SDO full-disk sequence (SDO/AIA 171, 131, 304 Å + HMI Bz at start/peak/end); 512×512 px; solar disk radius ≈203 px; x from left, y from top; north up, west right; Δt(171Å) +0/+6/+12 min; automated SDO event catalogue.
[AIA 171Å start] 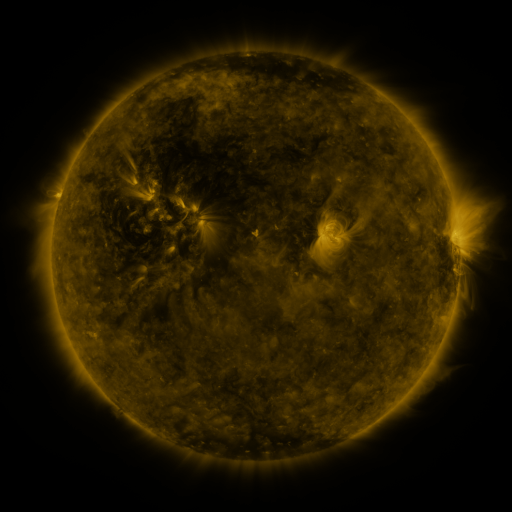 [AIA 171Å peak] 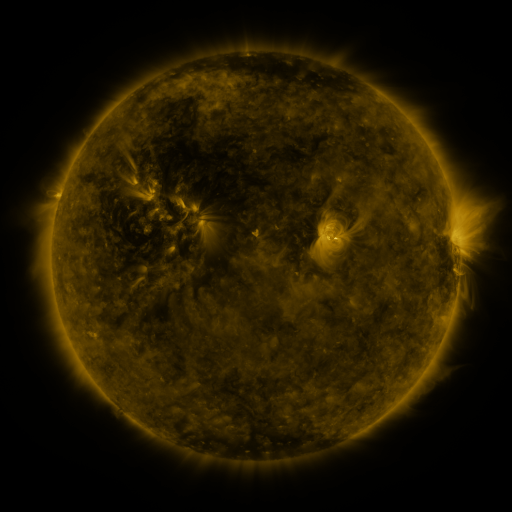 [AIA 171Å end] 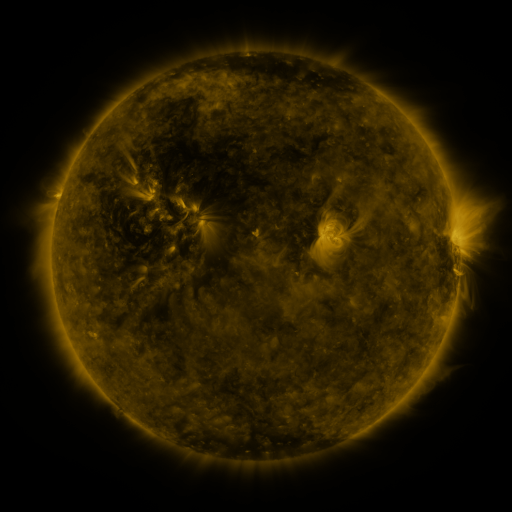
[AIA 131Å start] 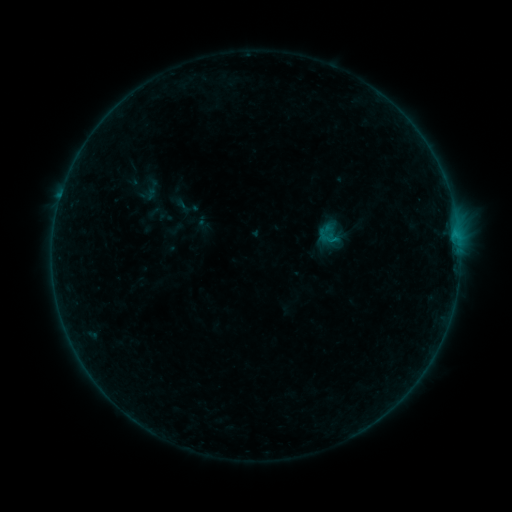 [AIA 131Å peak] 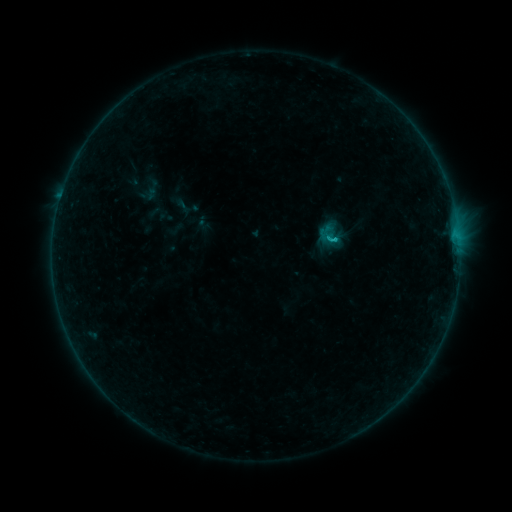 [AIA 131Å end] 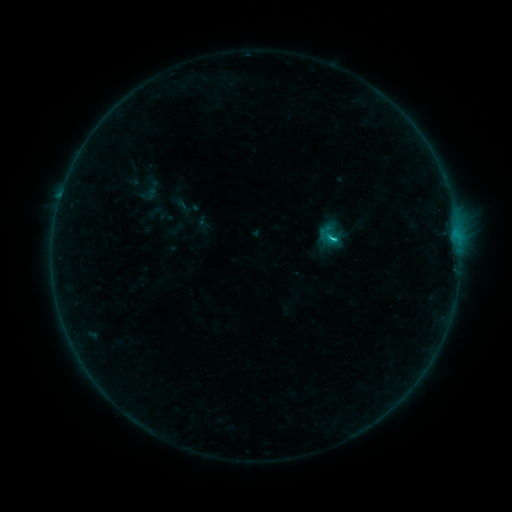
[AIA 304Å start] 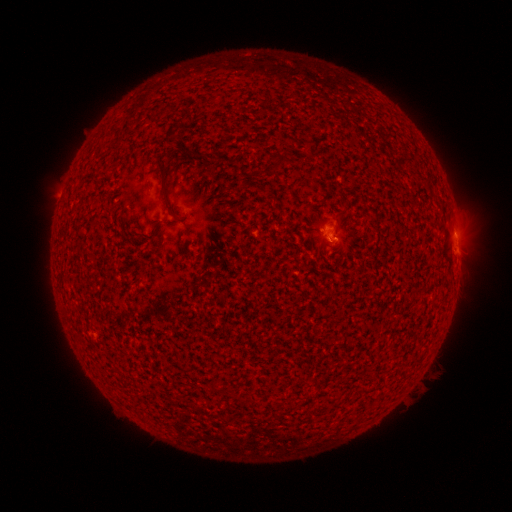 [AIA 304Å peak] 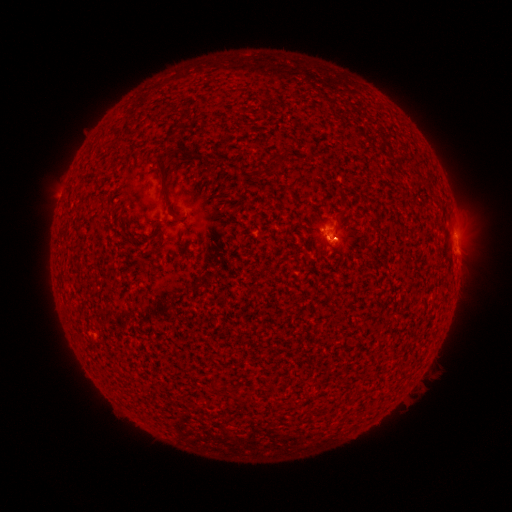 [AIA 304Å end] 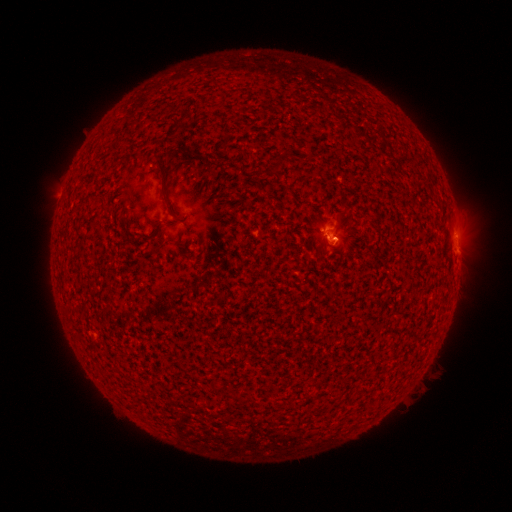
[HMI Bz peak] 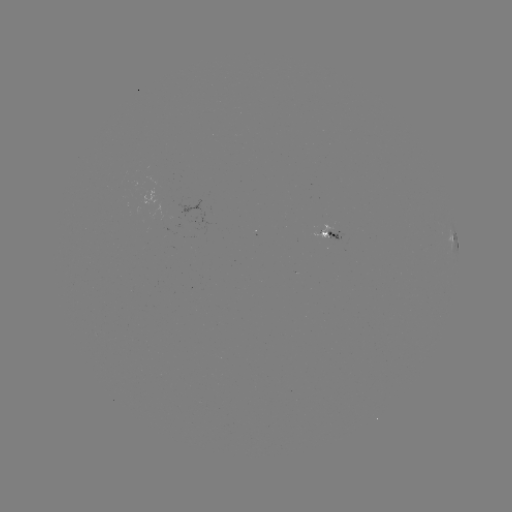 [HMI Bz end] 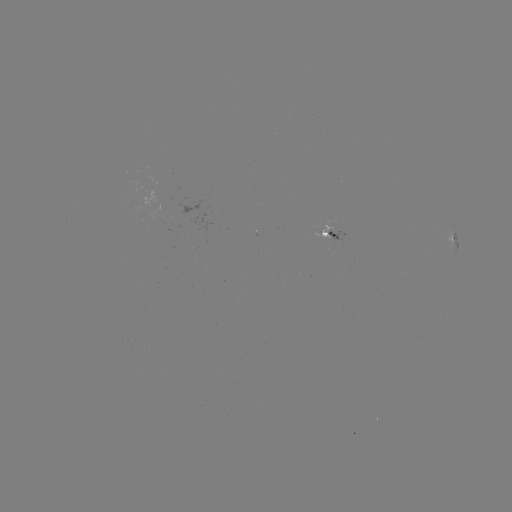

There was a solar eruption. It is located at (335, 241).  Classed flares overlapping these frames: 1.